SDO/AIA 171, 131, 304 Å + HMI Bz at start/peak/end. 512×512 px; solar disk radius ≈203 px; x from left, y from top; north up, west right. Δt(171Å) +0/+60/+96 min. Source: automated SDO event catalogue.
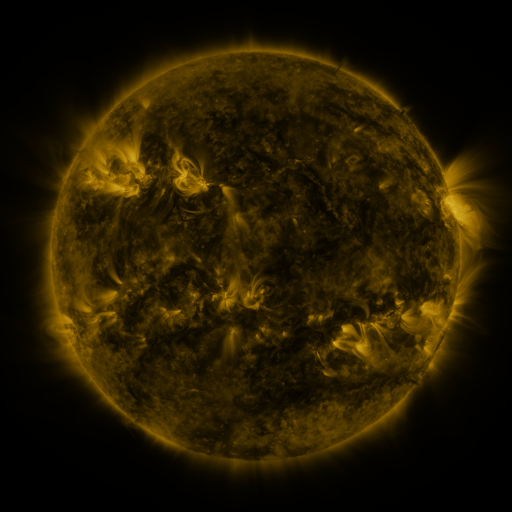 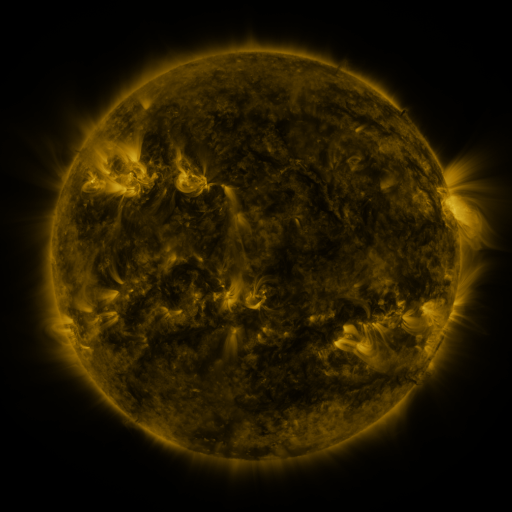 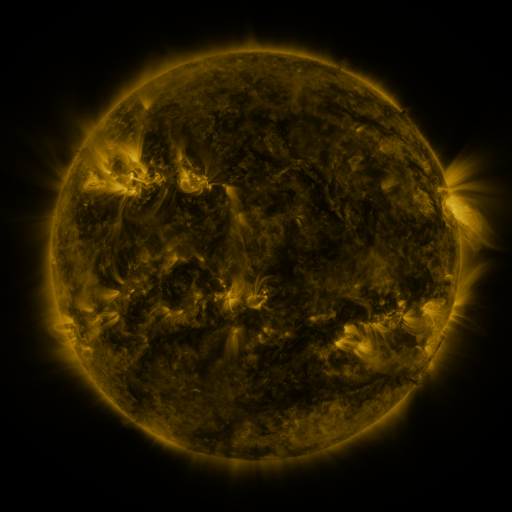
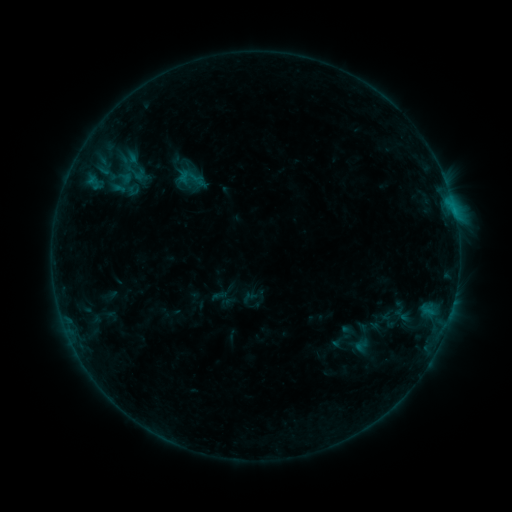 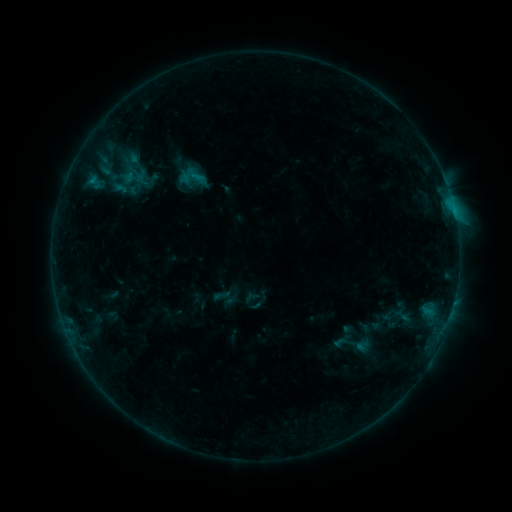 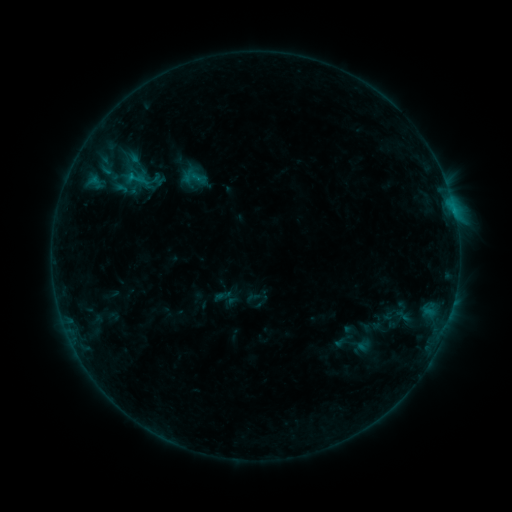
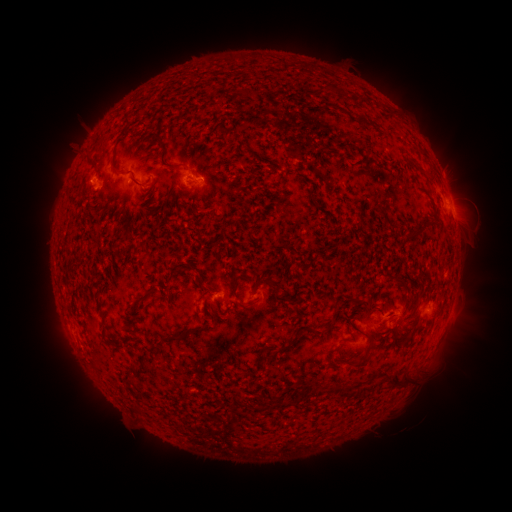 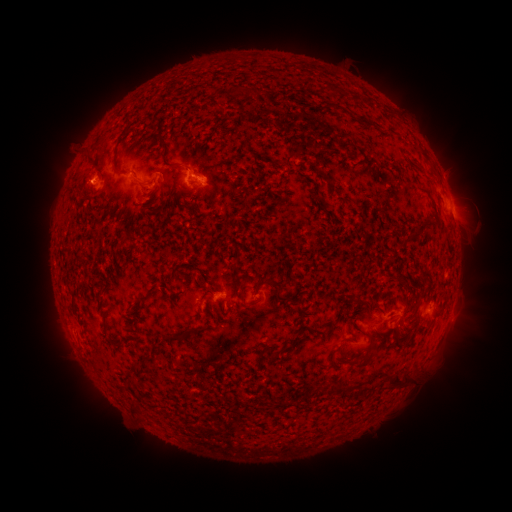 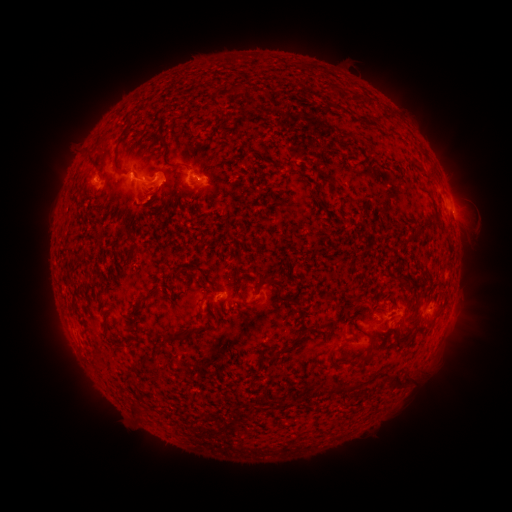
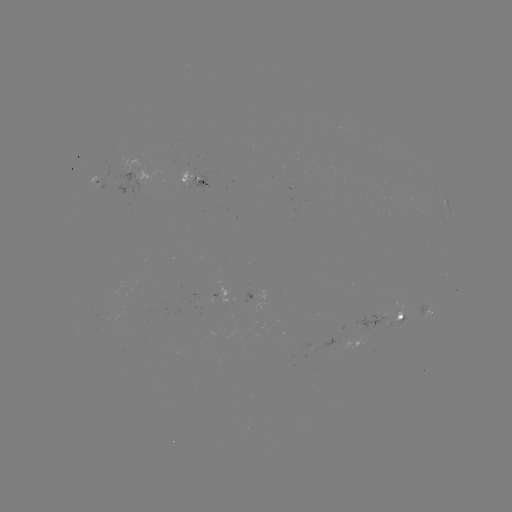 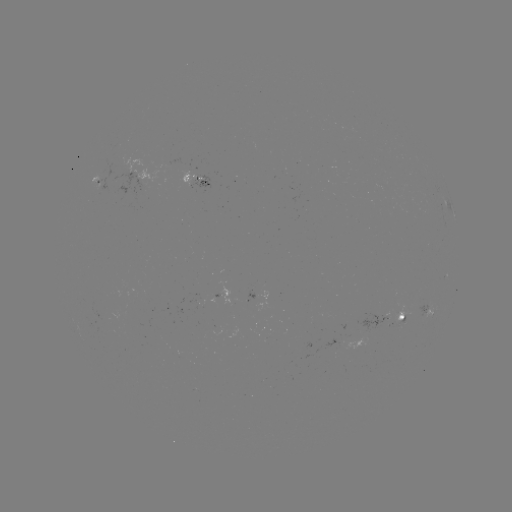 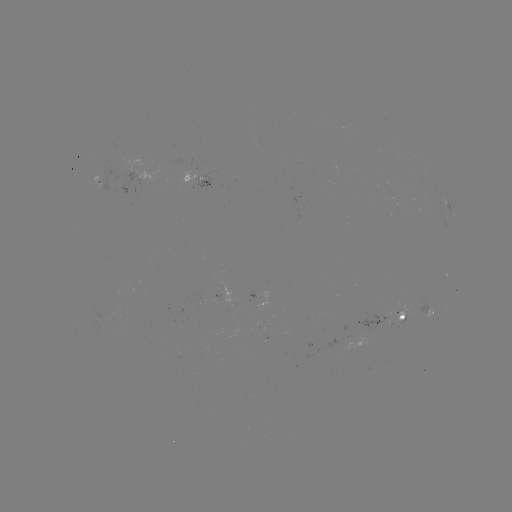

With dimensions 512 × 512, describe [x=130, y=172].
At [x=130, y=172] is emerging-flux region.